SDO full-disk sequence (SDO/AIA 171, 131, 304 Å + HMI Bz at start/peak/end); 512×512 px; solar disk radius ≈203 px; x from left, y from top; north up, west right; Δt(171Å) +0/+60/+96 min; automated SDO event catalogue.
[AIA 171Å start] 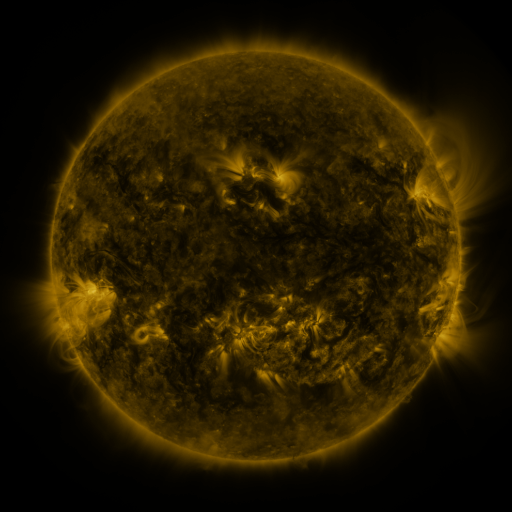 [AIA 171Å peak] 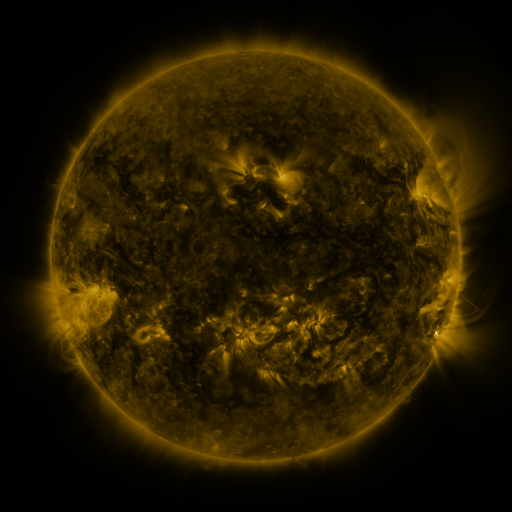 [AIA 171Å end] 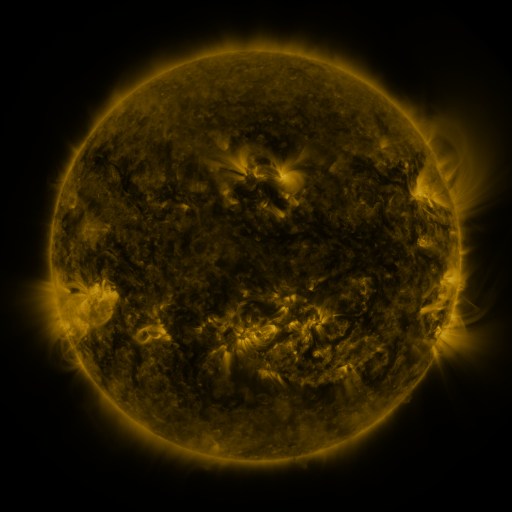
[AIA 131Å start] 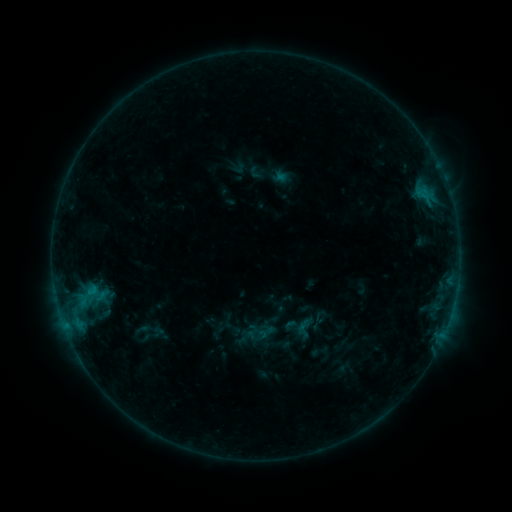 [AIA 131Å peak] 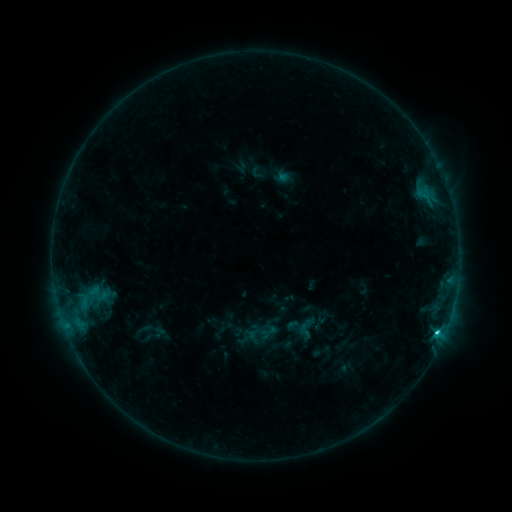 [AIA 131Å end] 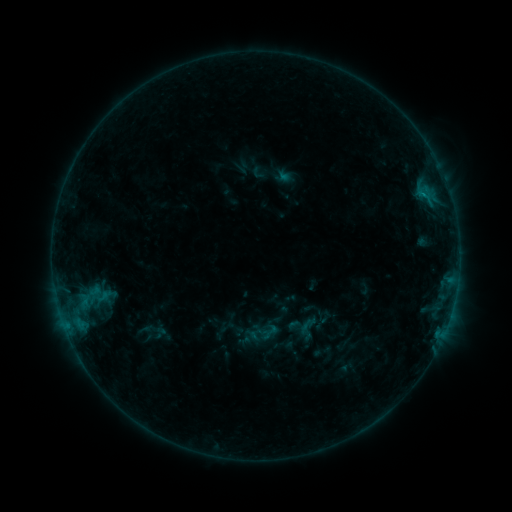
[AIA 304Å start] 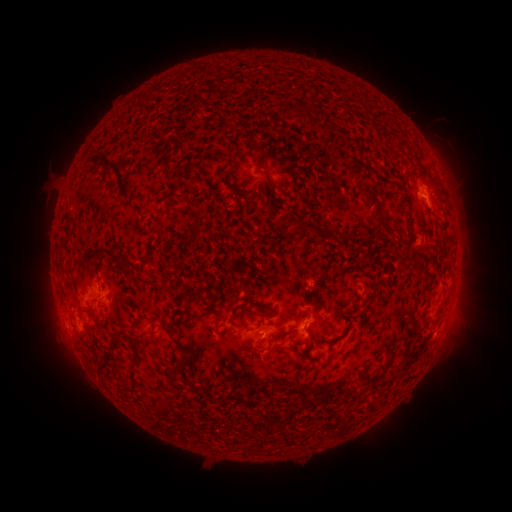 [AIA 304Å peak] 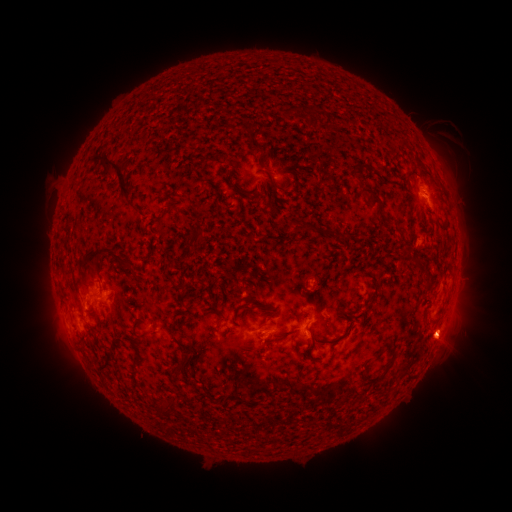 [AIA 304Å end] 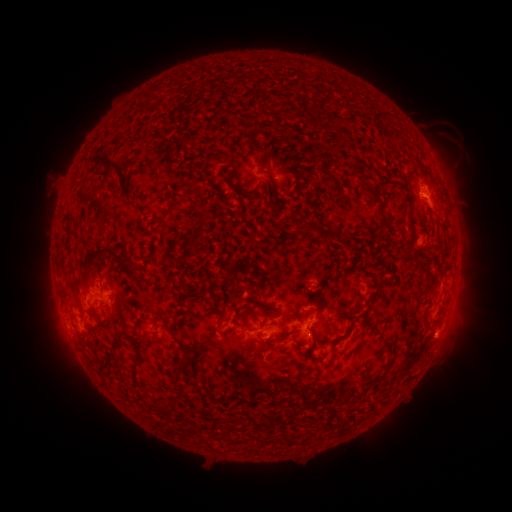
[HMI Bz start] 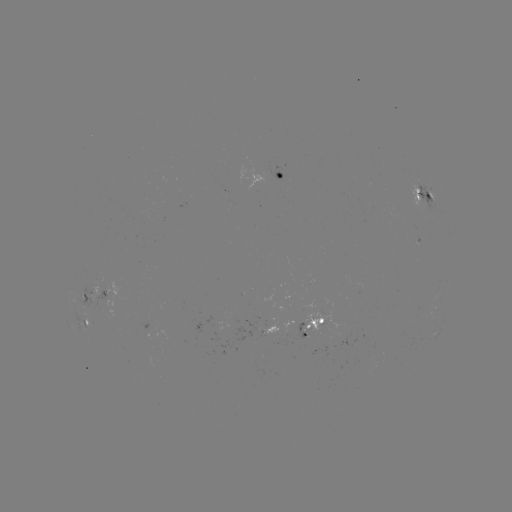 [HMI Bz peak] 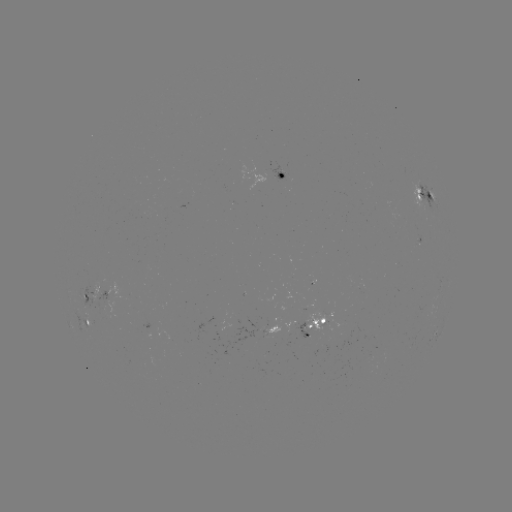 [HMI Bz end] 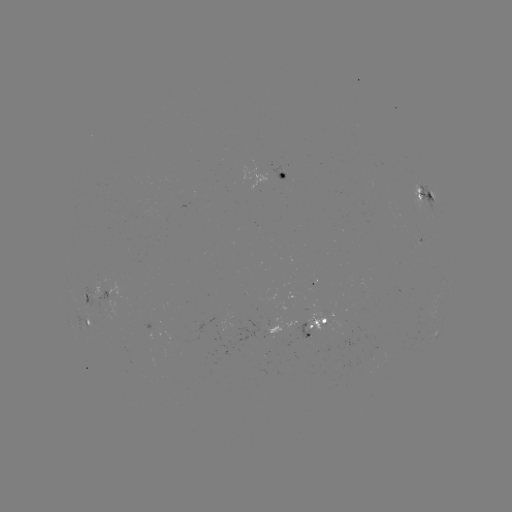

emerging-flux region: <bbox>305, 310, 333, 331</bbox>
